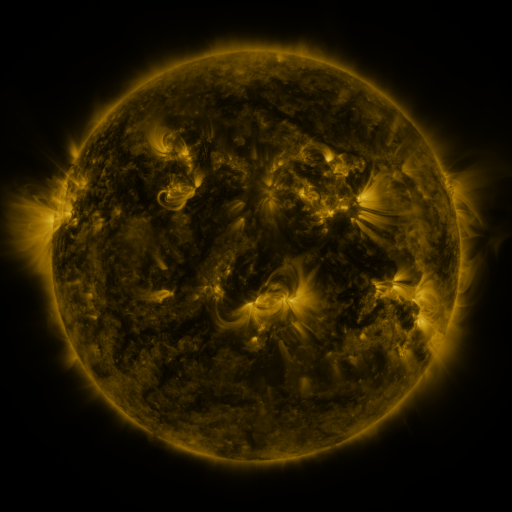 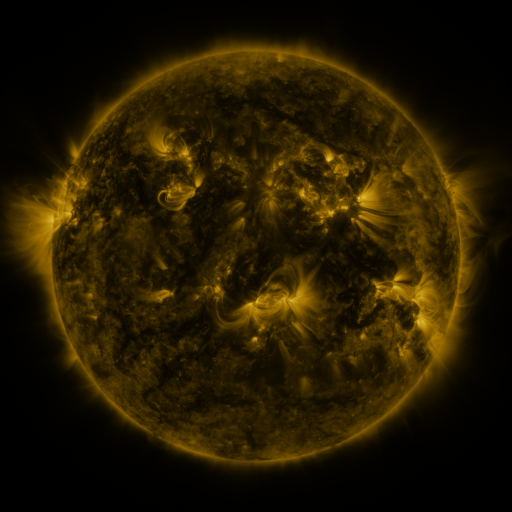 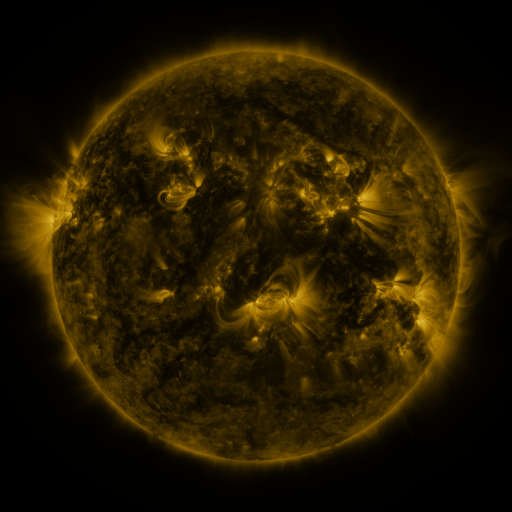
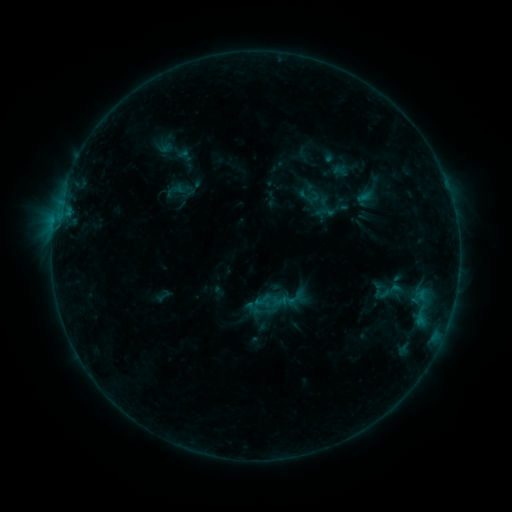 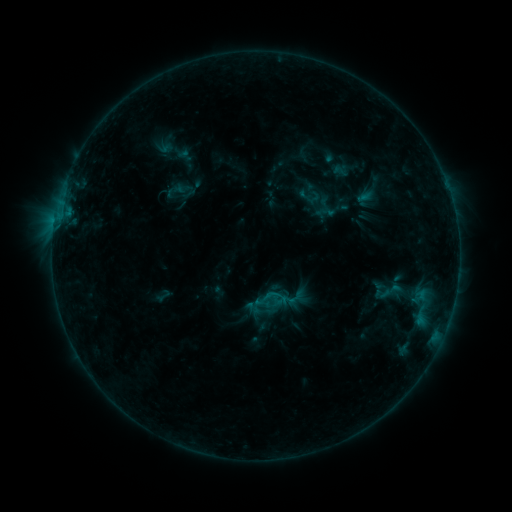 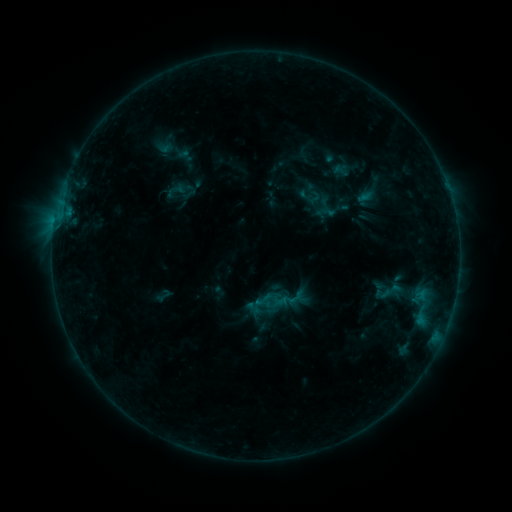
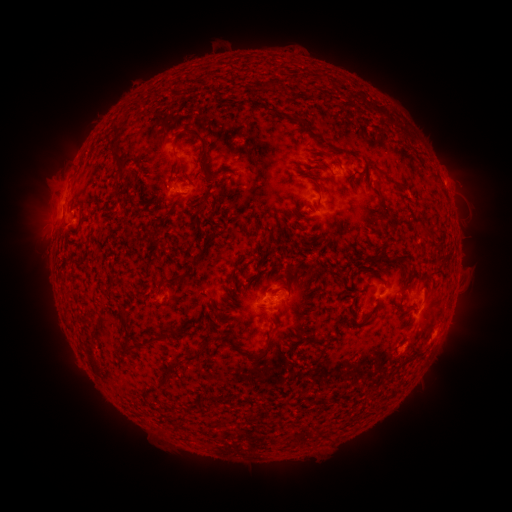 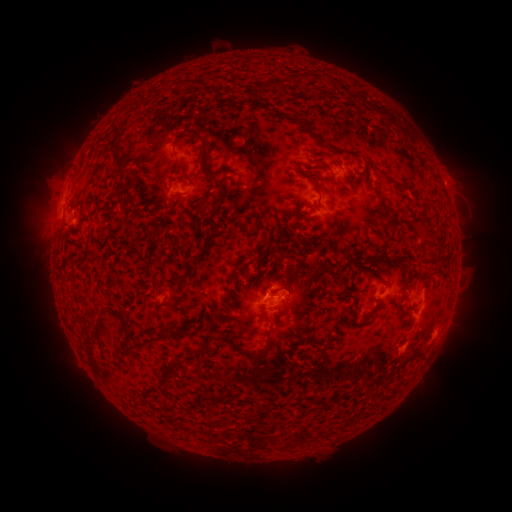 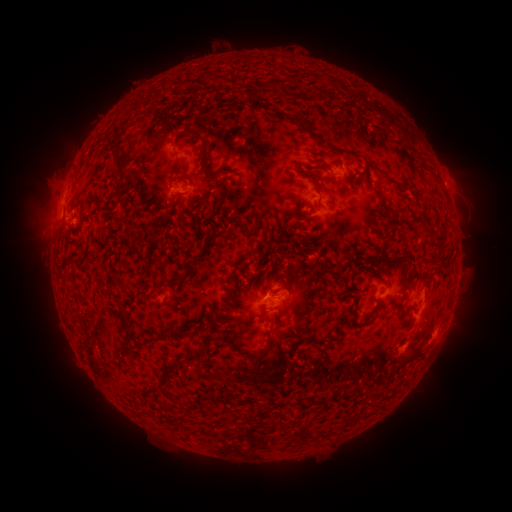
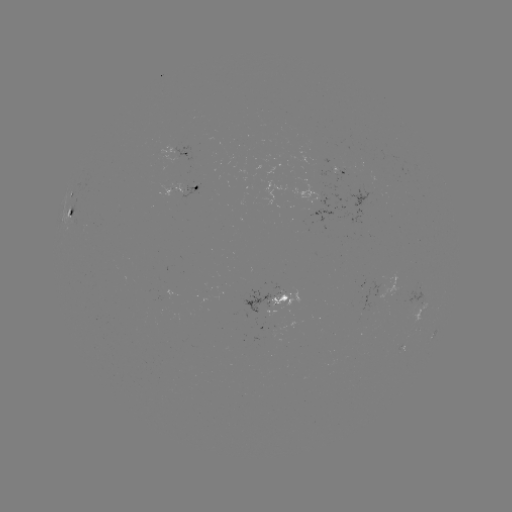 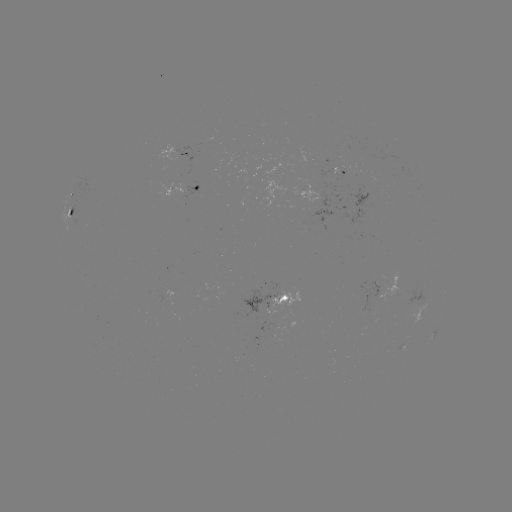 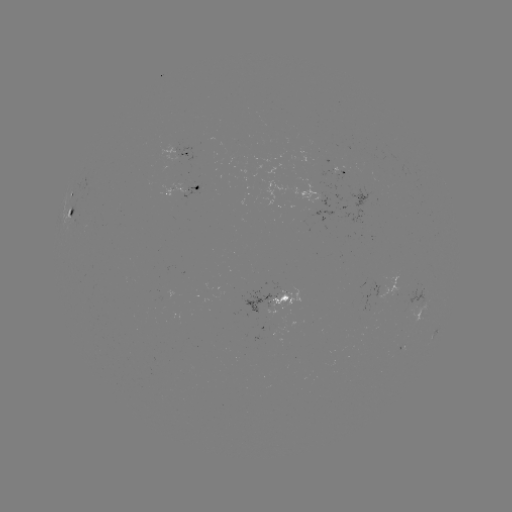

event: flare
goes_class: B4.8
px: (273, 290)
